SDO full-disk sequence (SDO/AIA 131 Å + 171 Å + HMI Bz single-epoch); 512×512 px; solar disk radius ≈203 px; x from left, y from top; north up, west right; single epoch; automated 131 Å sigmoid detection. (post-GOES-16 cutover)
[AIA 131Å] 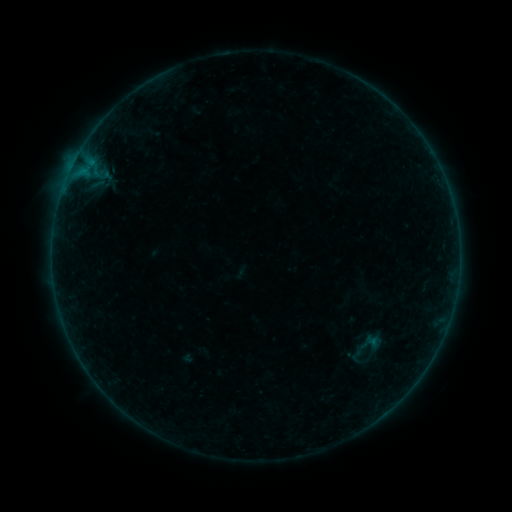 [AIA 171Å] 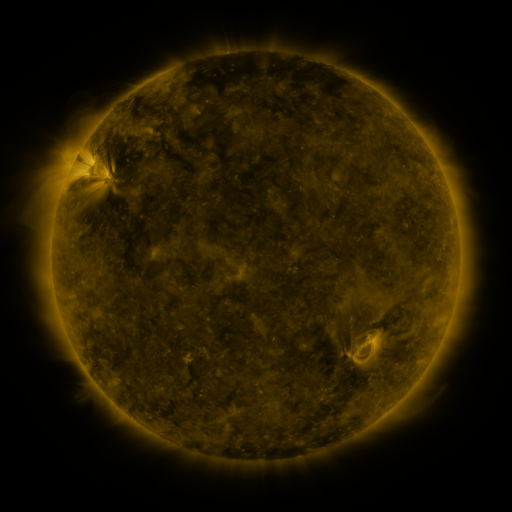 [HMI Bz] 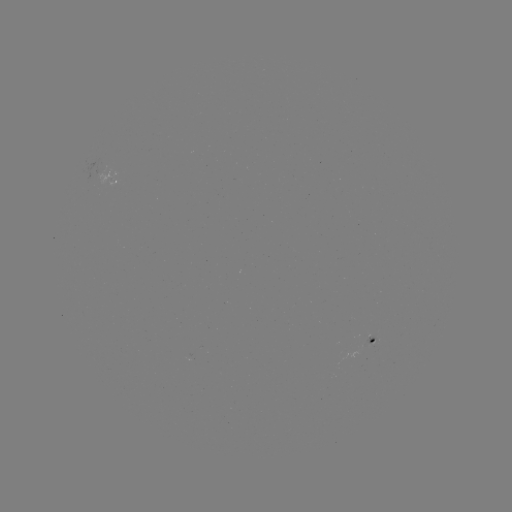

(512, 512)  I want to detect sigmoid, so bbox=[345, 326, 386, 368].